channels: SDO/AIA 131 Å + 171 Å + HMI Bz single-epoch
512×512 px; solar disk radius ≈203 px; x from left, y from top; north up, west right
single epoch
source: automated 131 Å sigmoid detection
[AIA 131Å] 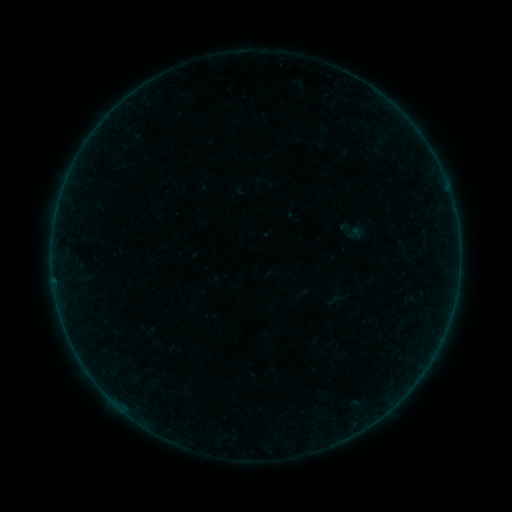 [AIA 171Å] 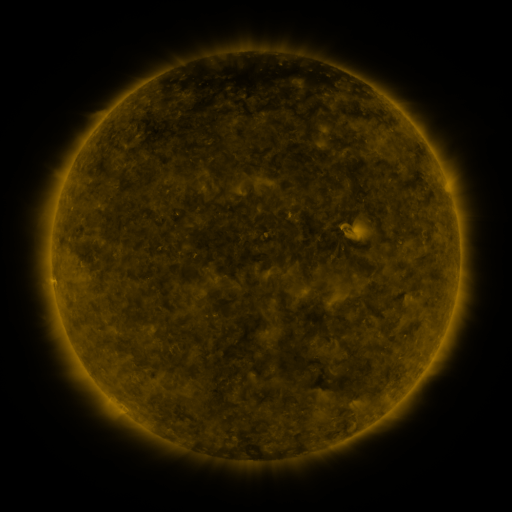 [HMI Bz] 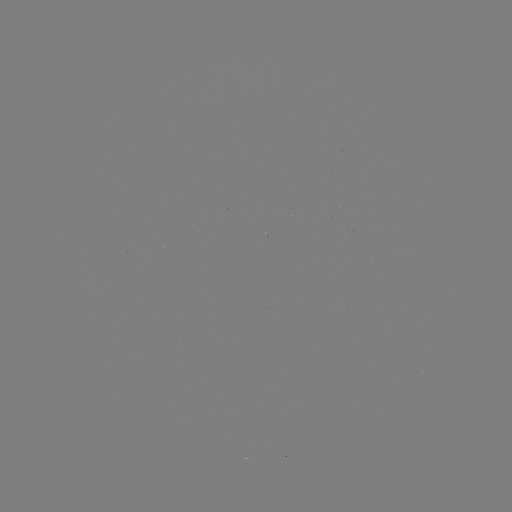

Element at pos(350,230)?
sigmoid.